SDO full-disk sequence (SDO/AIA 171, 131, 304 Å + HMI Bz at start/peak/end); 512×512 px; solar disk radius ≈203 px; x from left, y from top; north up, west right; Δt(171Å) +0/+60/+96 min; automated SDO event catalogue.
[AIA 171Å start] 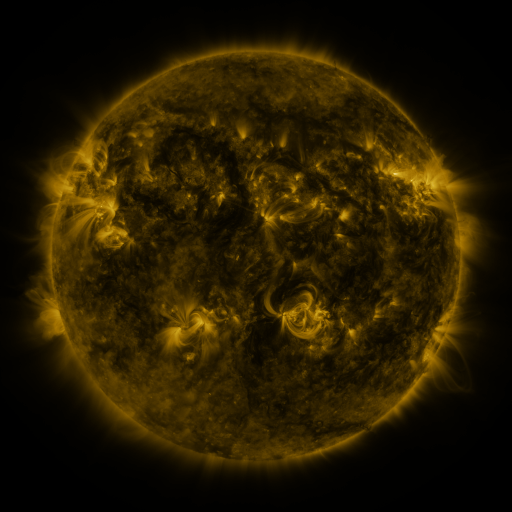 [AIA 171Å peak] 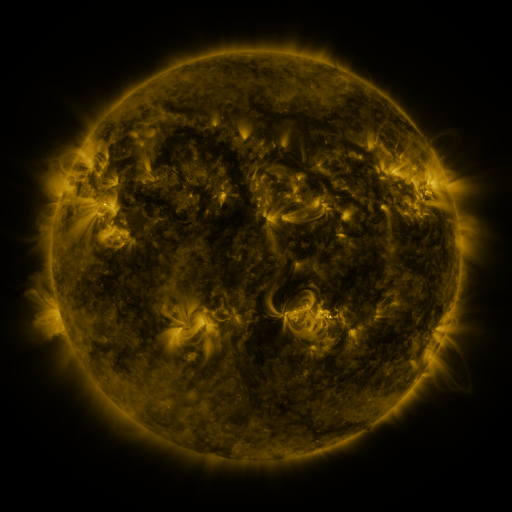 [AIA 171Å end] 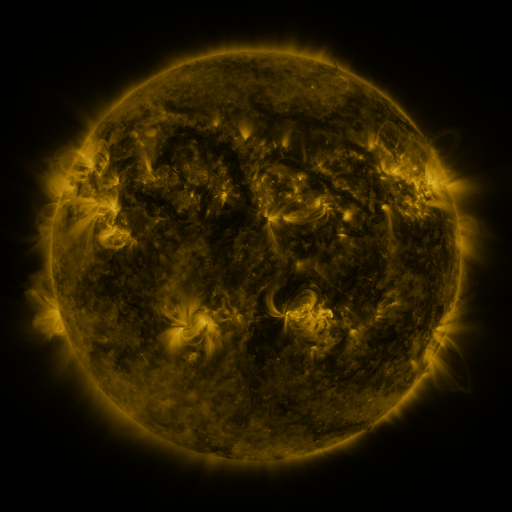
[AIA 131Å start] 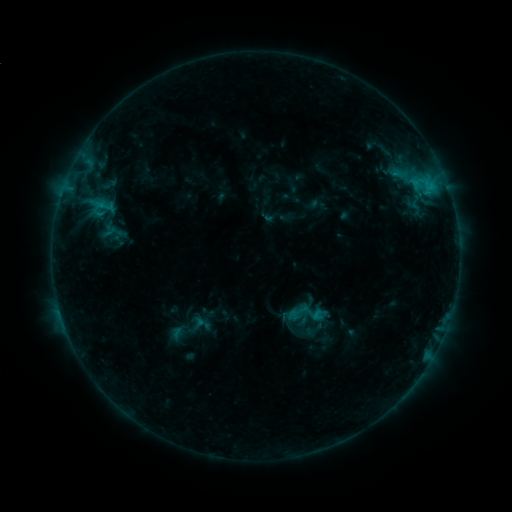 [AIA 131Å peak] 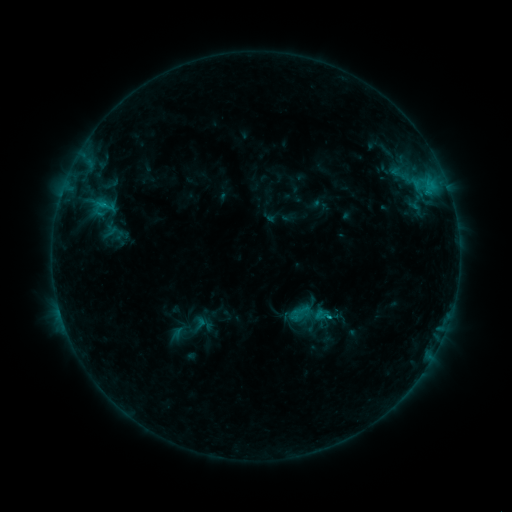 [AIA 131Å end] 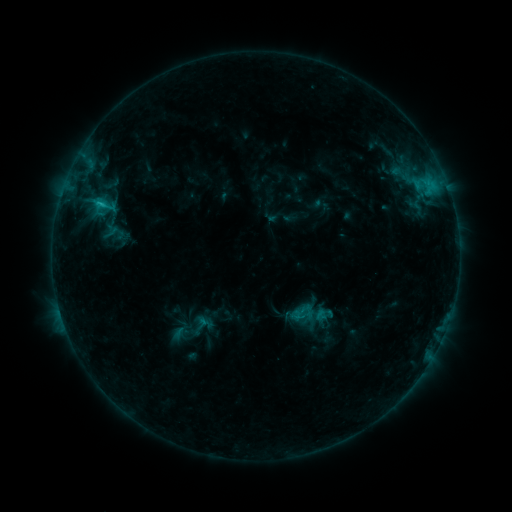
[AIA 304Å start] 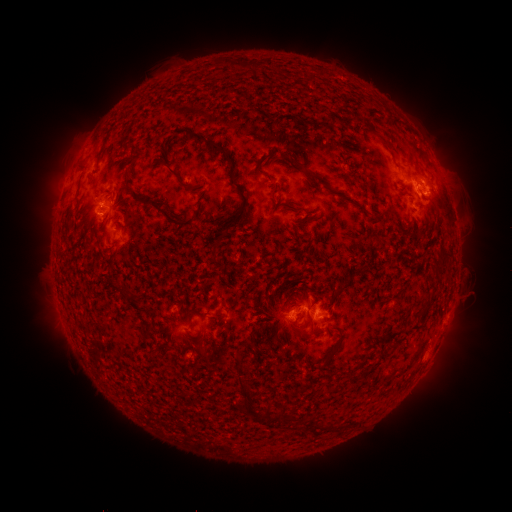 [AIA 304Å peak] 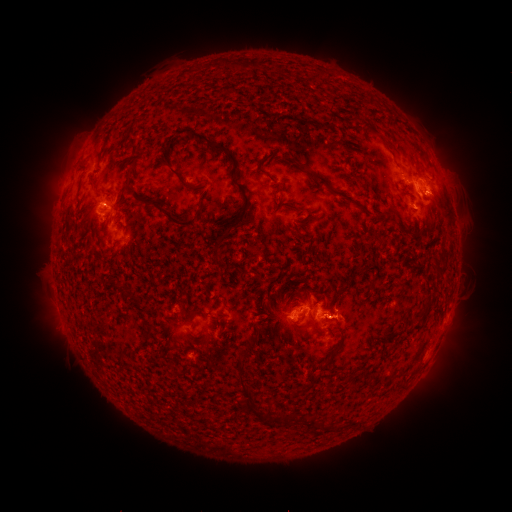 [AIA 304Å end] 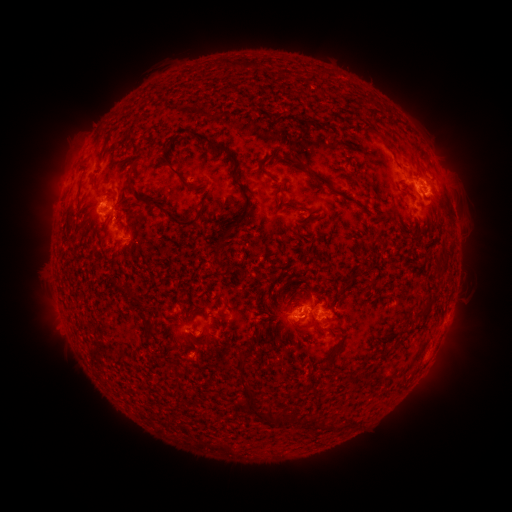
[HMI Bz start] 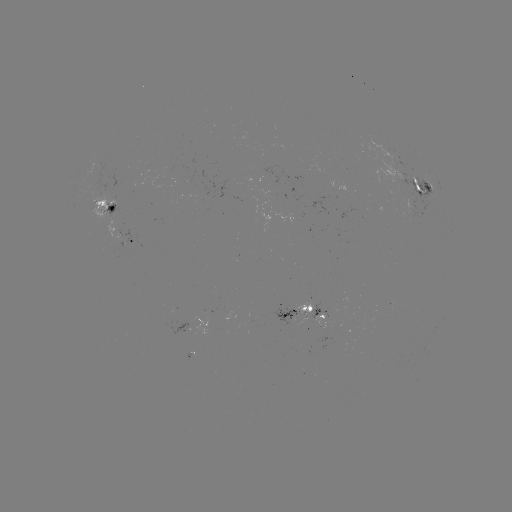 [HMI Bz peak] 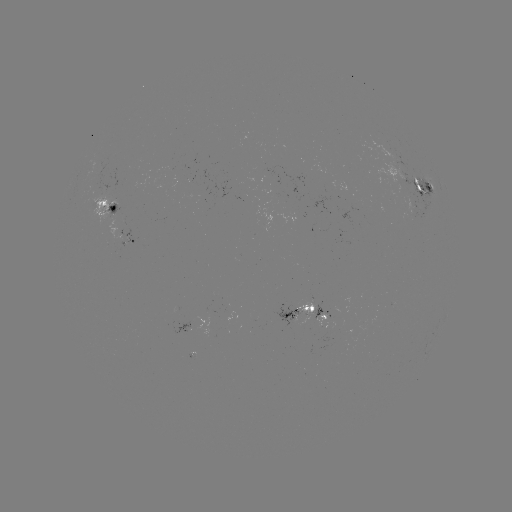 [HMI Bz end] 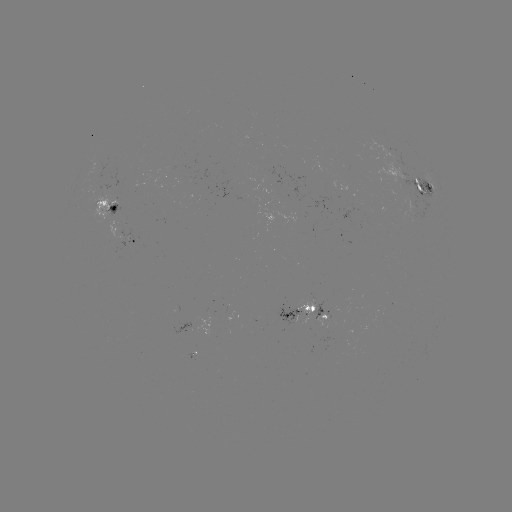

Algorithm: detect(emerging-flux region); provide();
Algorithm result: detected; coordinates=[181, 174]